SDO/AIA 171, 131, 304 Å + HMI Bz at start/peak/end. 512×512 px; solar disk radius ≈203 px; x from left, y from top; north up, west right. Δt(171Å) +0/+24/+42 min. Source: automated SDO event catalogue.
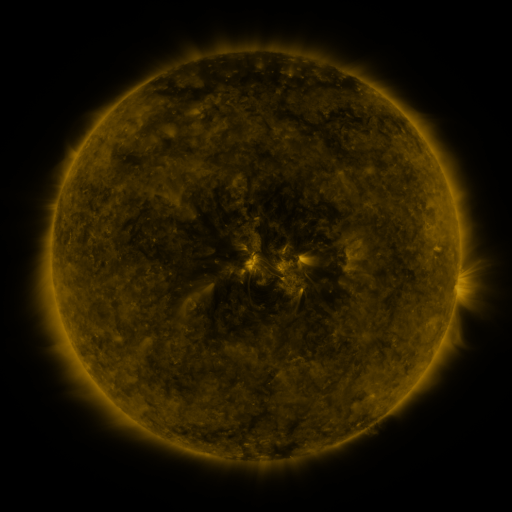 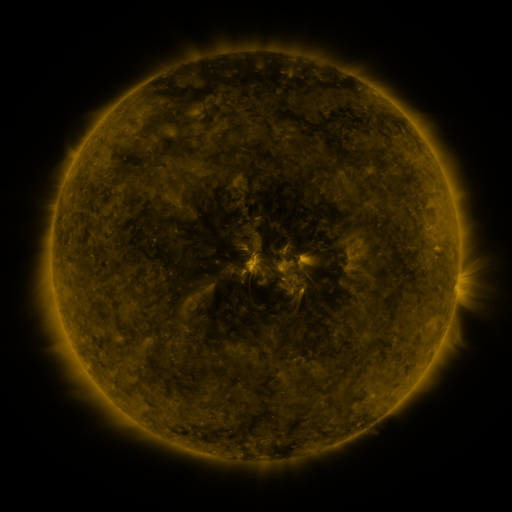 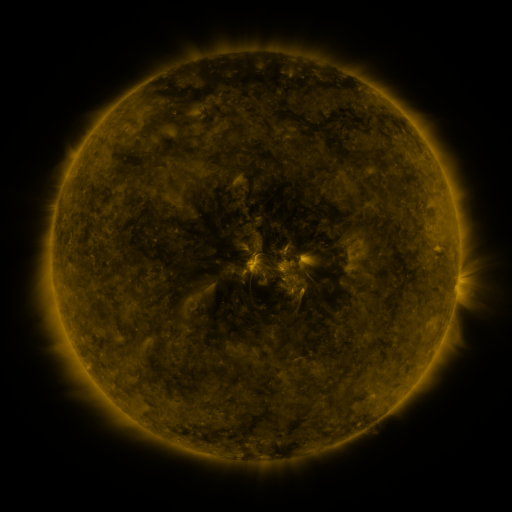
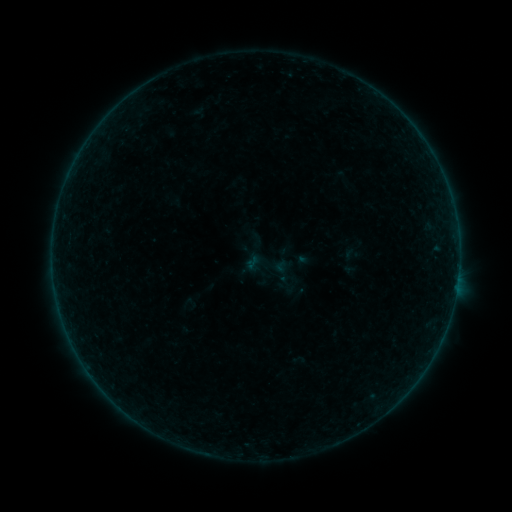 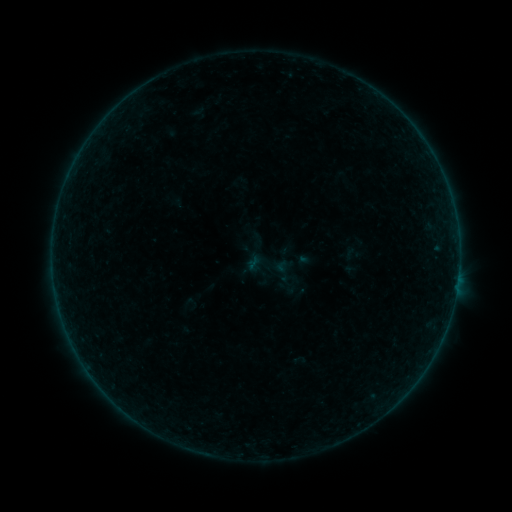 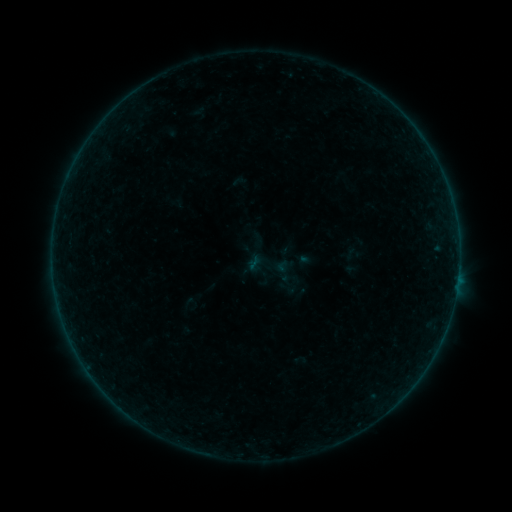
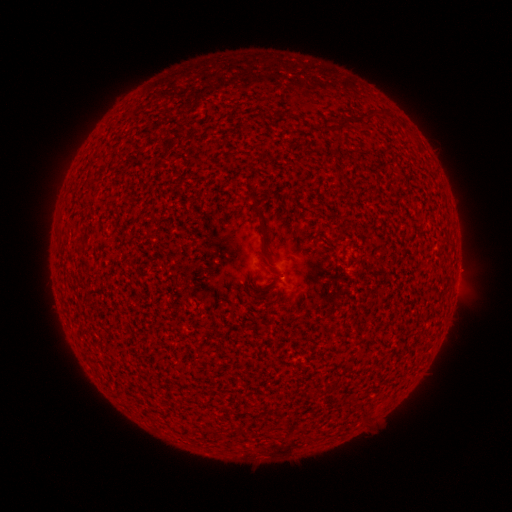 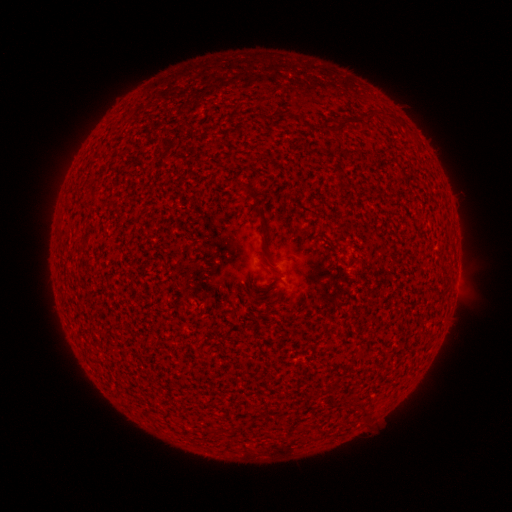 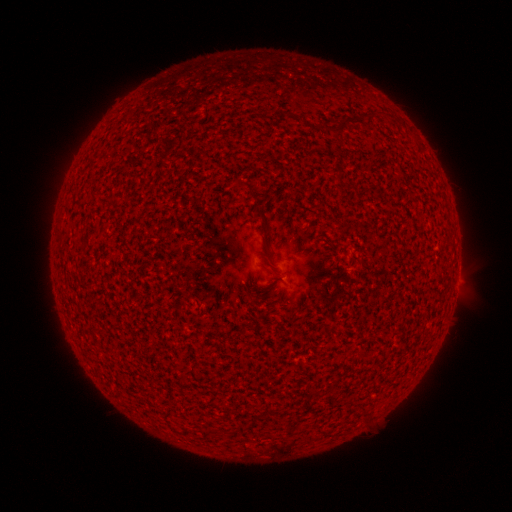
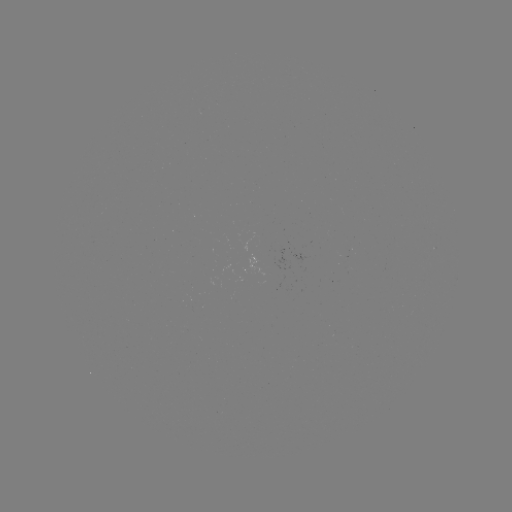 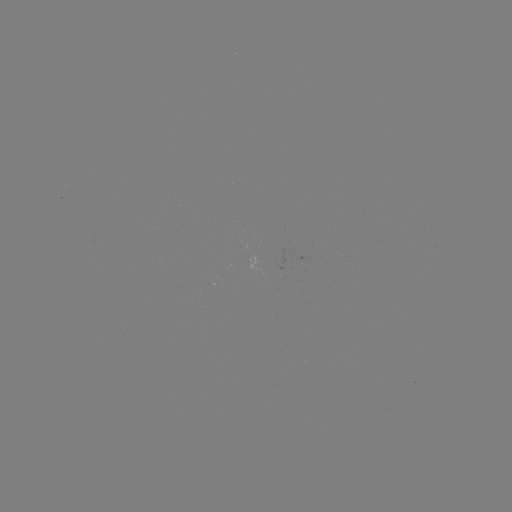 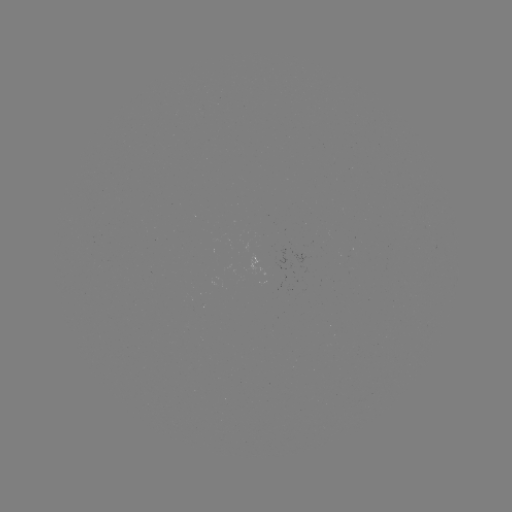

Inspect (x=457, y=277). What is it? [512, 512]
A3.6 flare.